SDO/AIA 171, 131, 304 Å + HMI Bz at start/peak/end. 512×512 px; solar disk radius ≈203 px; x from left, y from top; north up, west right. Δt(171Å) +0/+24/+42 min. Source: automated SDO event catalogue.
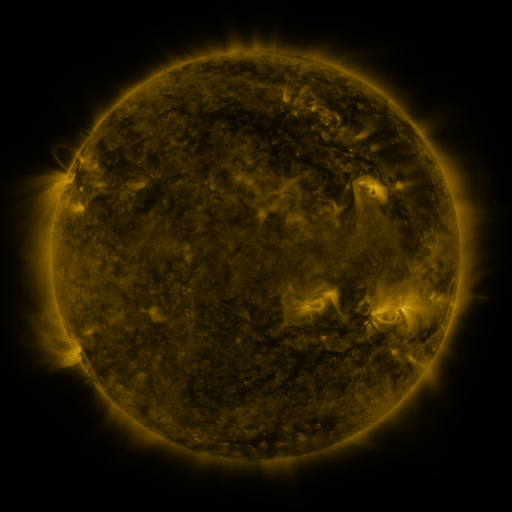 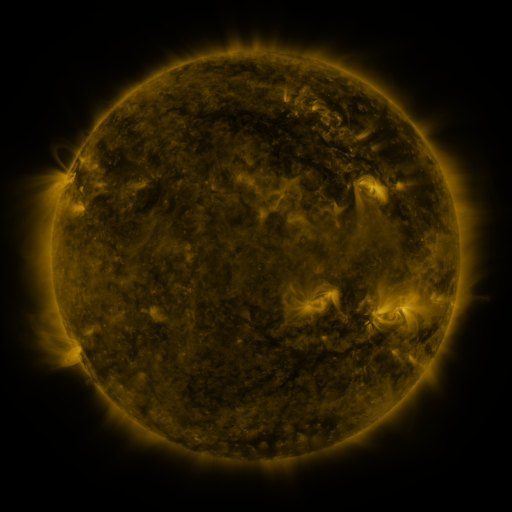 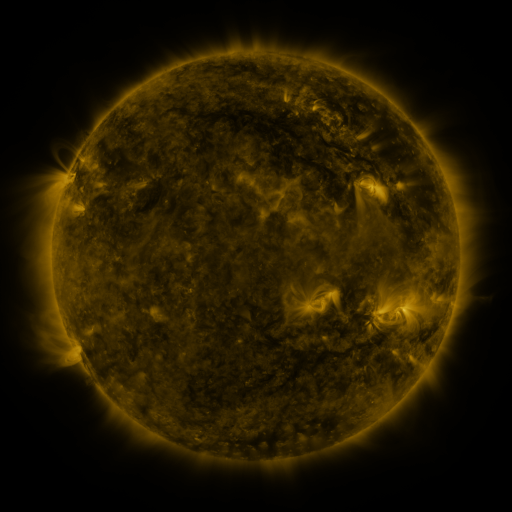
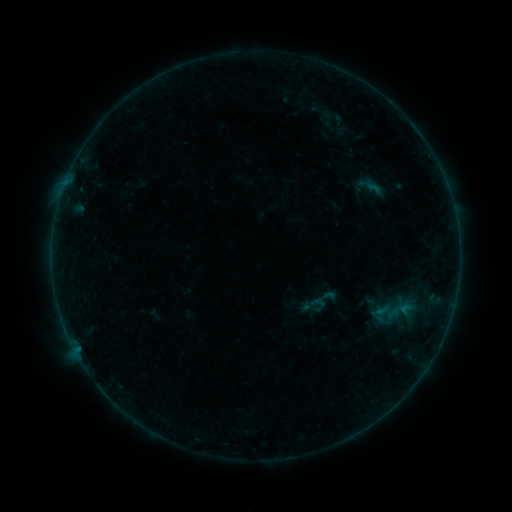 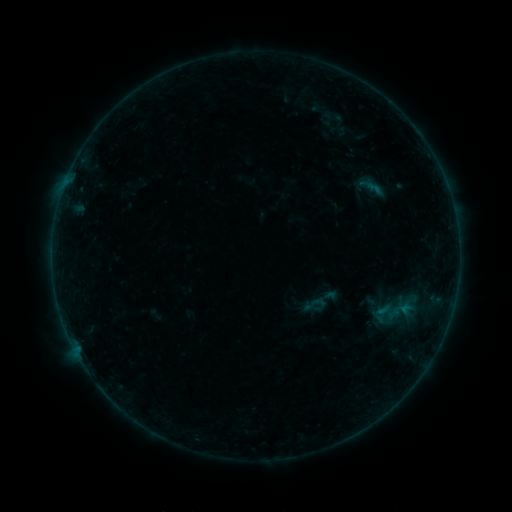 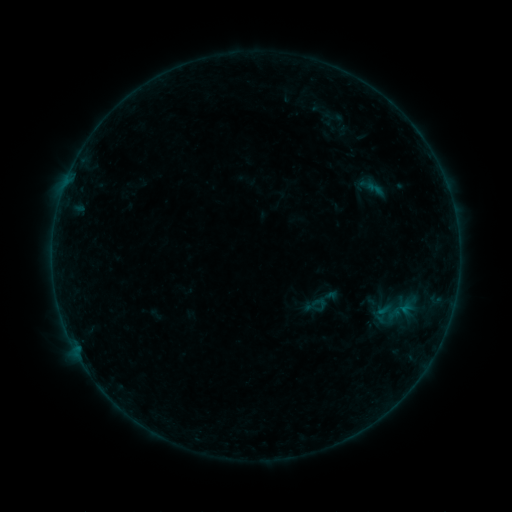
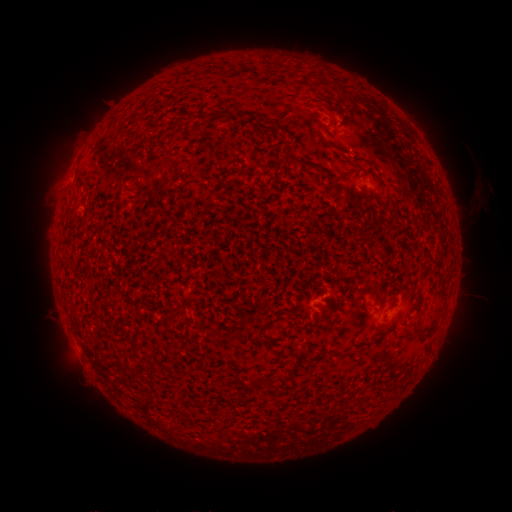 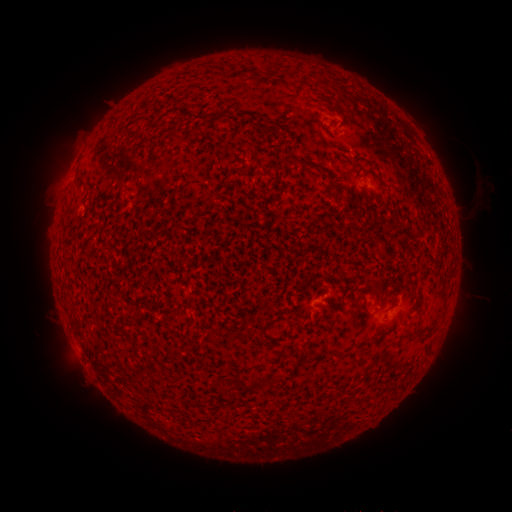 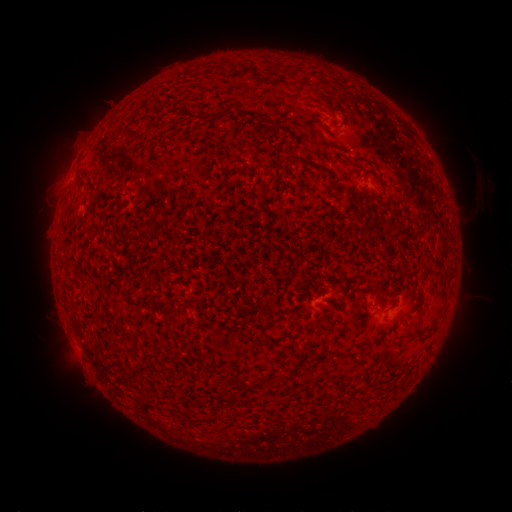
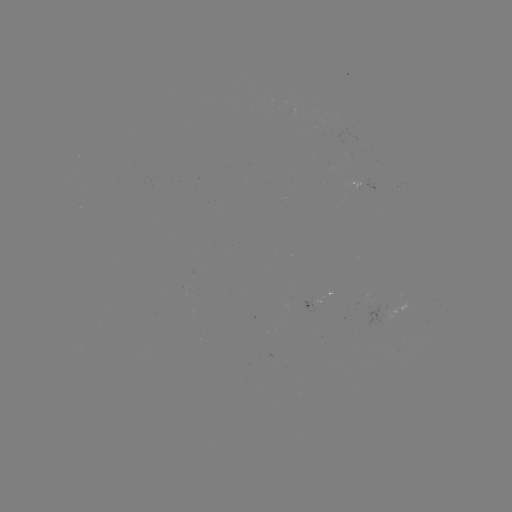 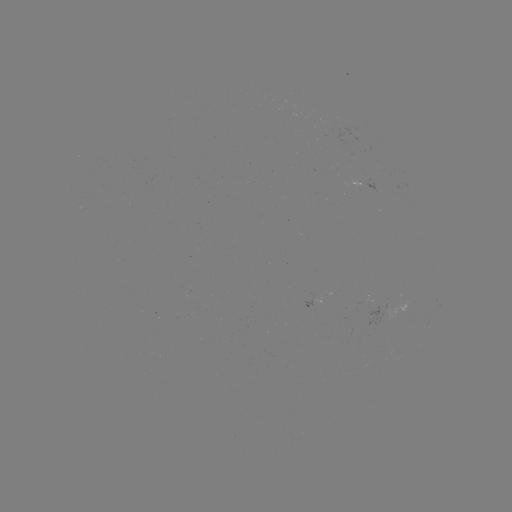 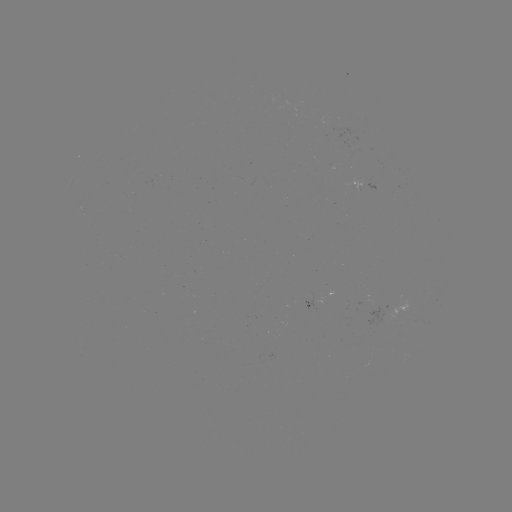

nothing was catalogued: no classed flare, no EUV trigger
